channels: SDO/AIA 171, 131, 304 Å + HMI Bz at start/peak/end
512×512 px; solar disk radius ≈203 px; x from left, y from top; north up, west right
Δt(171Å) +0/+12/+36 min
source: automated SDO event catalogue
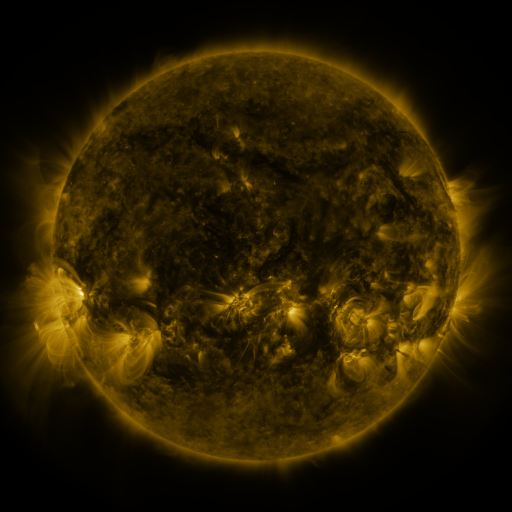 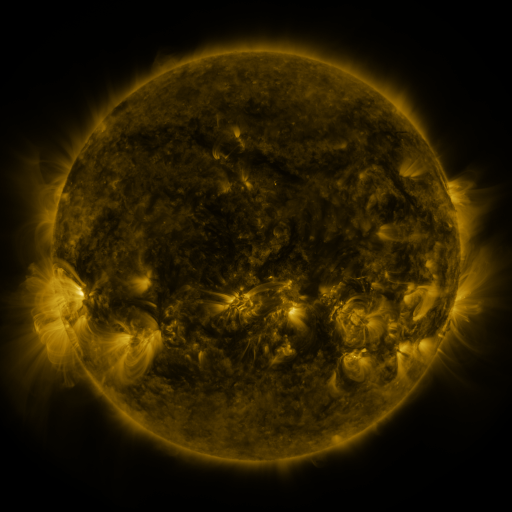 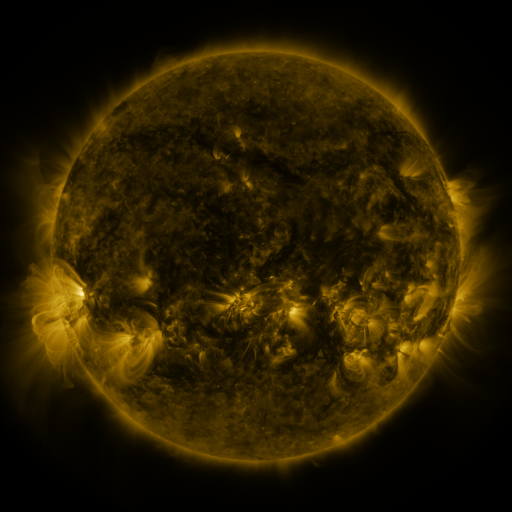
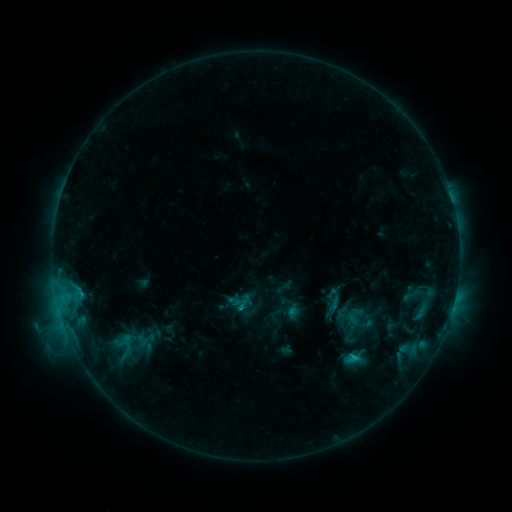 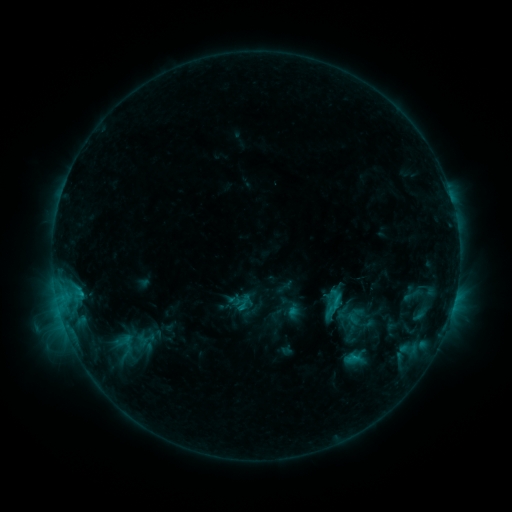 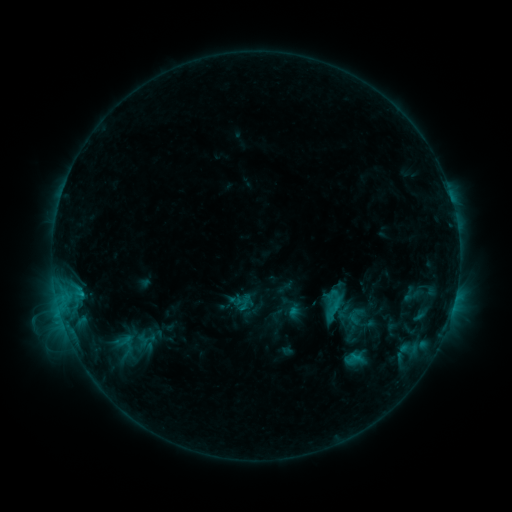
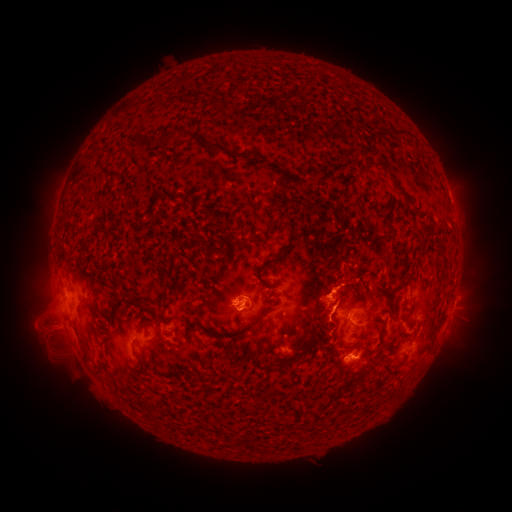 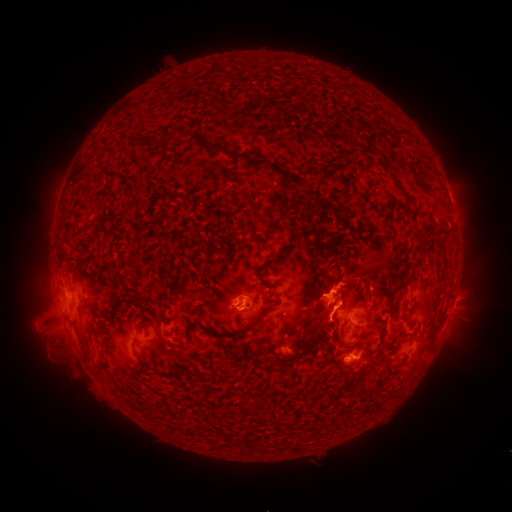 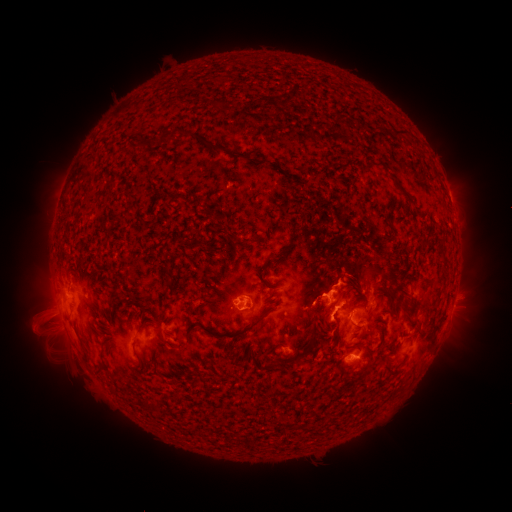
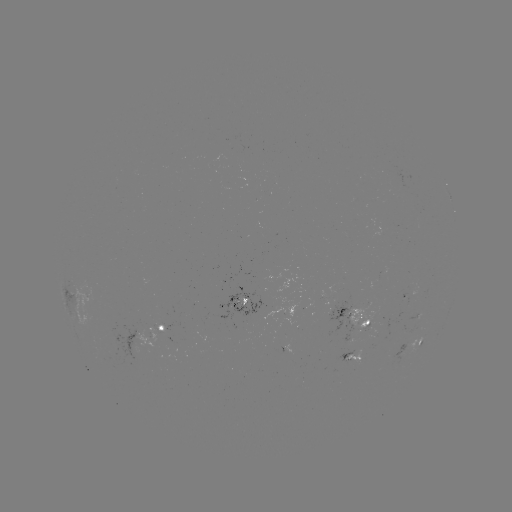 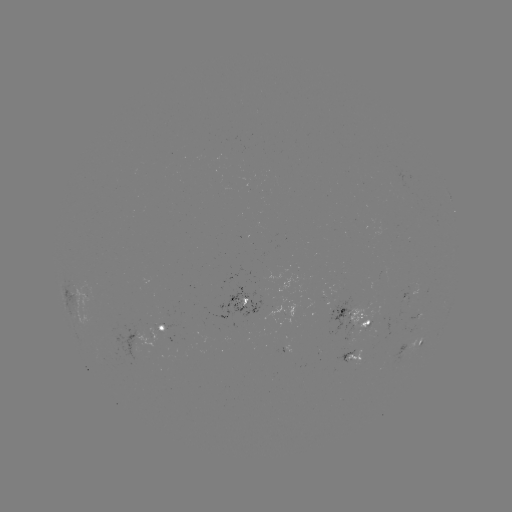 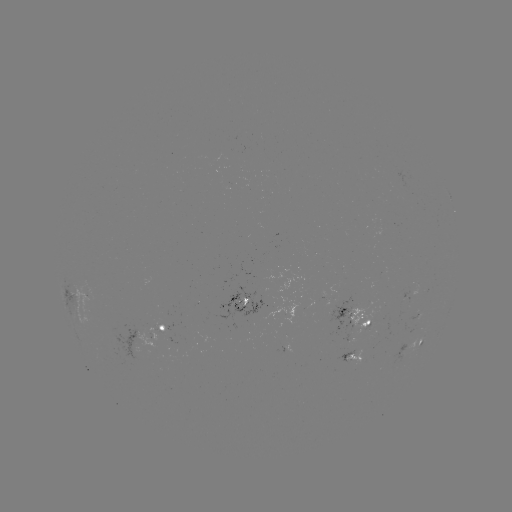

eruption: <bbox>302, 252, 421, 324</bbox>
